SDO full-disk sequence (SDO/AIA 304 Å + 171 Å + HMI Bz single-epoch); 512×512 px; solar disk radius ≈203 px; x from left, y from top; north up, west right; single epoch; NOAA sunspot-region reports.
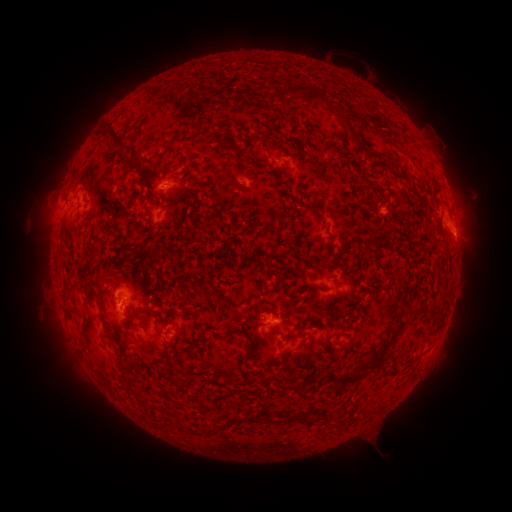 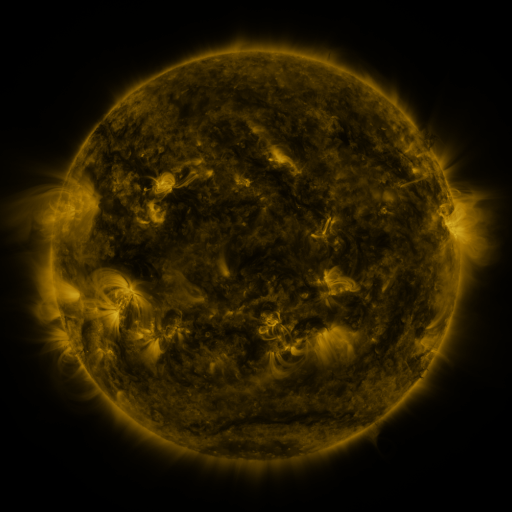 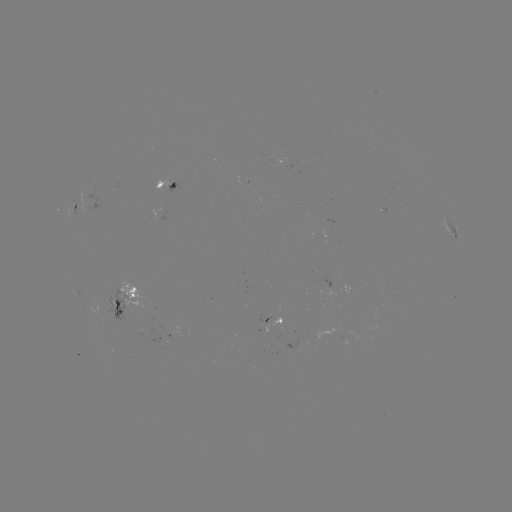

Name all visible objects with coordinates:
spotted active region: (170, 183)
spotted active region: (74, 202)
spotted active region: (454, 234)
spotted active region: (129, 294)
spotted active region: (278, 318)
